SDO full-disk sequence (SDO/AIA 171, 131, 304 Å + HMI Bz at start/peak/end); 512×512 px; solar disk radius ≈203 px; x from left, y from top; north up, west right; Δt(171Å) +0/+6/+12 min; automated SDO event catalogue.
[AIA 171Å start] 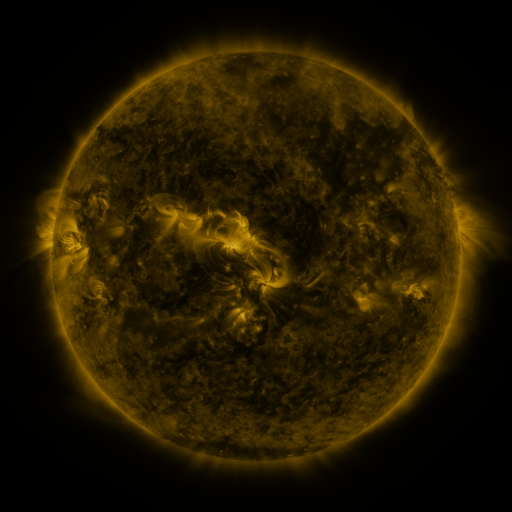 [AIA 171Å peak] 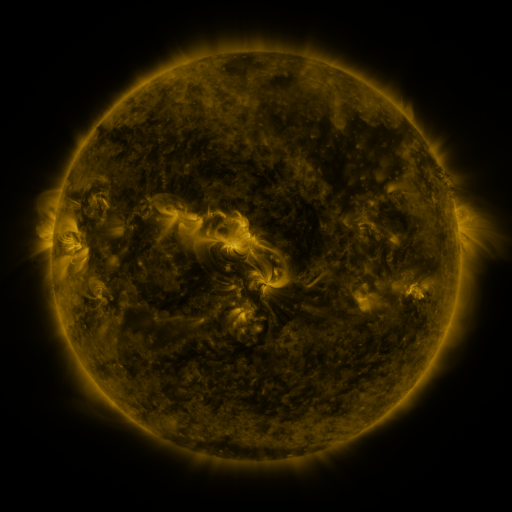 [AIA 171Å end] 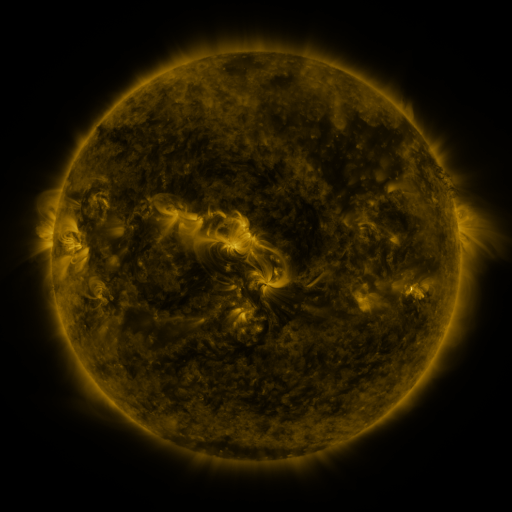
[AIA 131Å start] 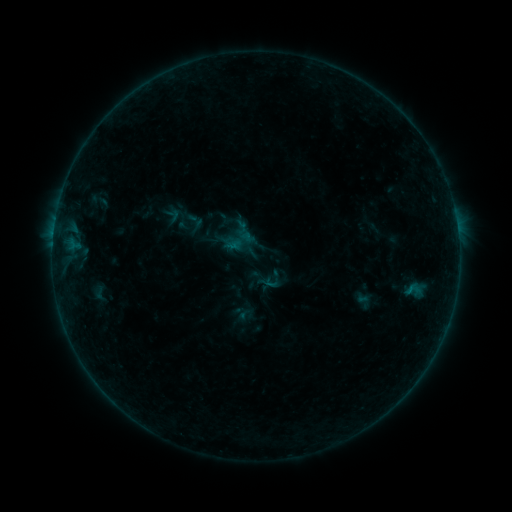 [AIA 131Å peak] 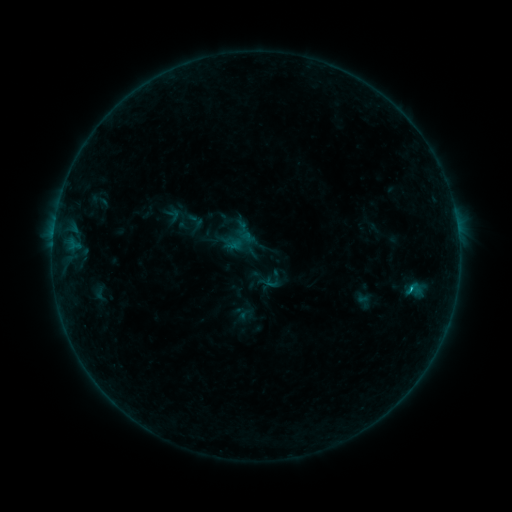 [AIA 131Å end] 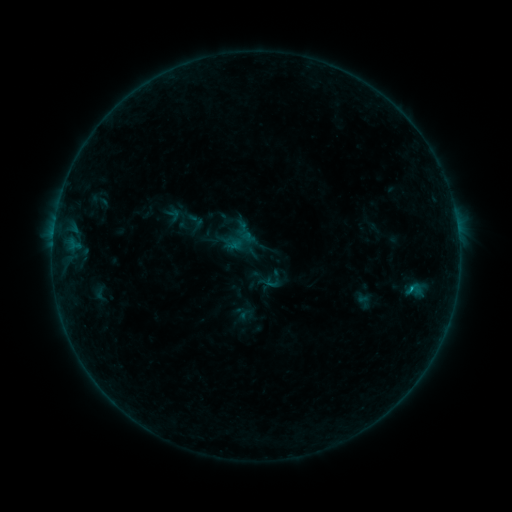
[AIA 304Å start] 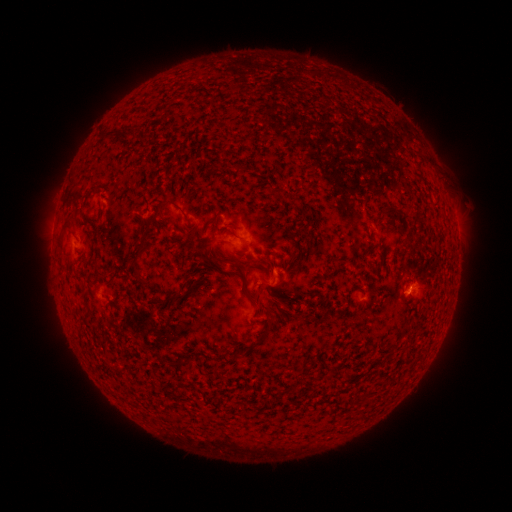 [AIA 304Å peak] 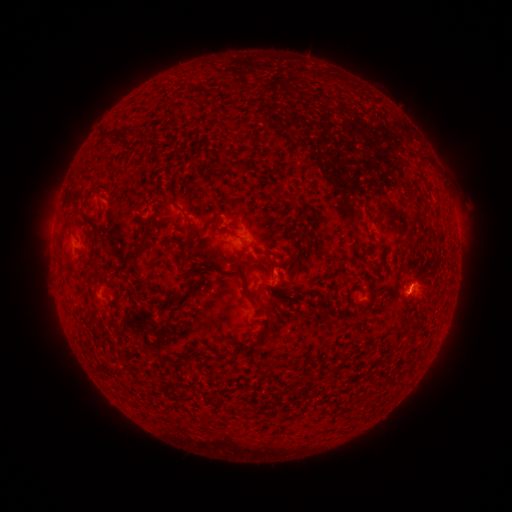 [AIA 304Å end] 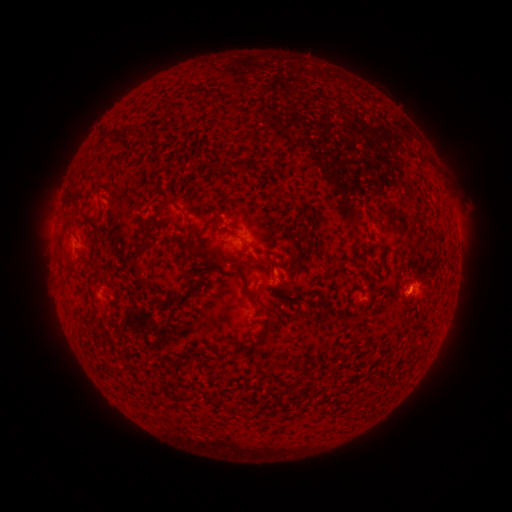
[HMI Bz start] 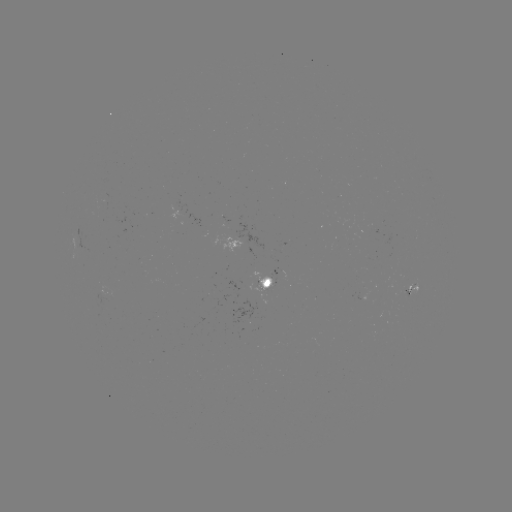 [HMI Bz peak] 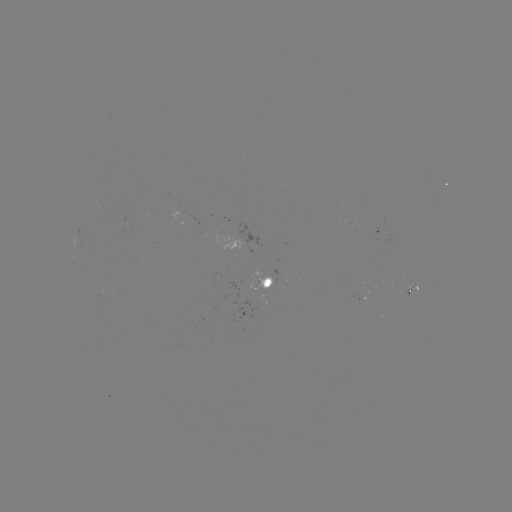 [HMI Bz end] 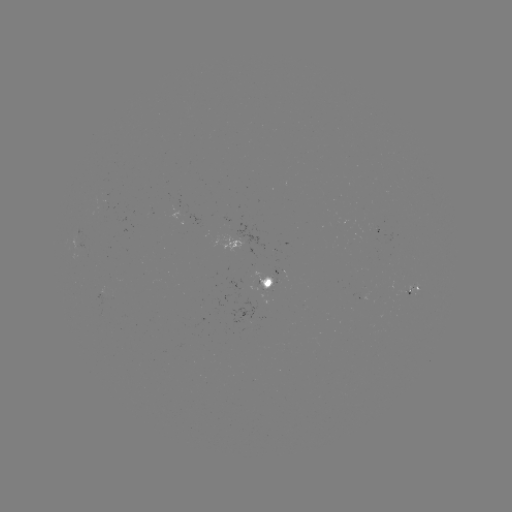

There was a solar flare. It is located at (410, 287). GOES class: B3.8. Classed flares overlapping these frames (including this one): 1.